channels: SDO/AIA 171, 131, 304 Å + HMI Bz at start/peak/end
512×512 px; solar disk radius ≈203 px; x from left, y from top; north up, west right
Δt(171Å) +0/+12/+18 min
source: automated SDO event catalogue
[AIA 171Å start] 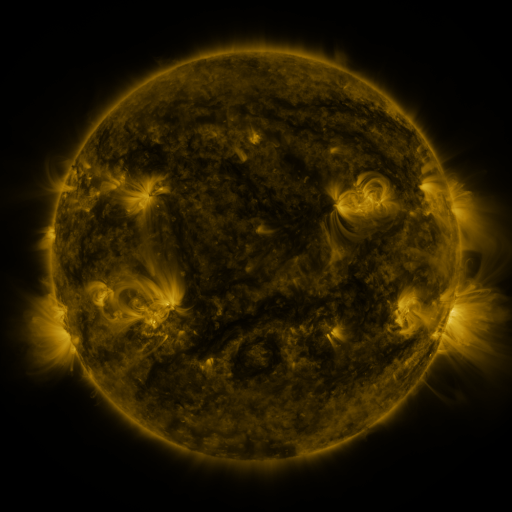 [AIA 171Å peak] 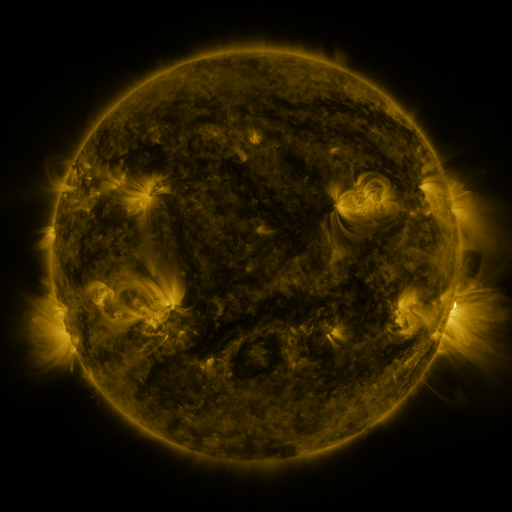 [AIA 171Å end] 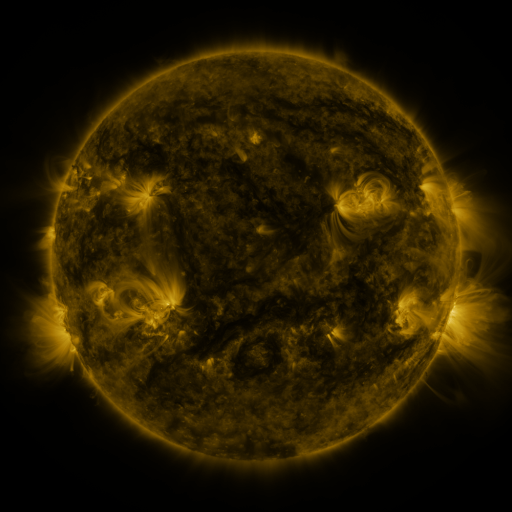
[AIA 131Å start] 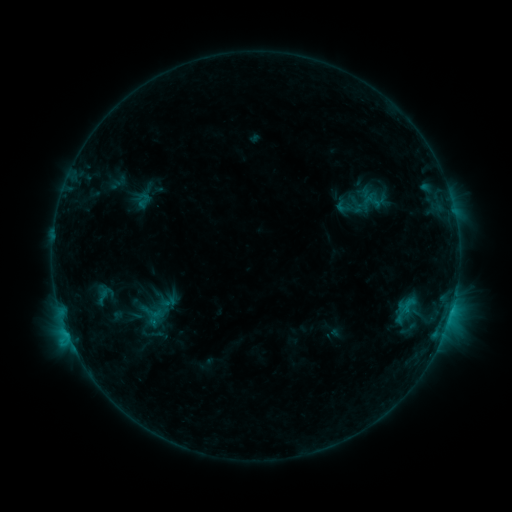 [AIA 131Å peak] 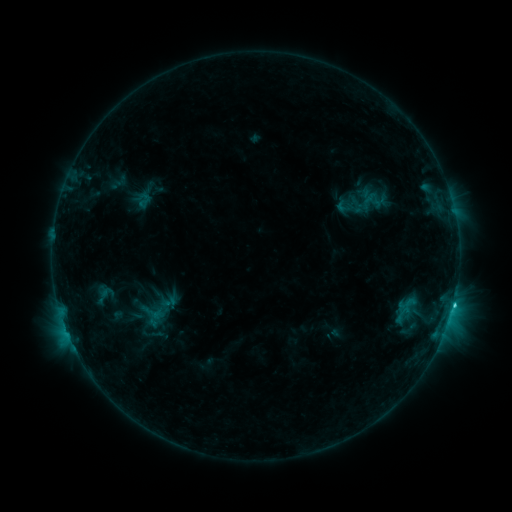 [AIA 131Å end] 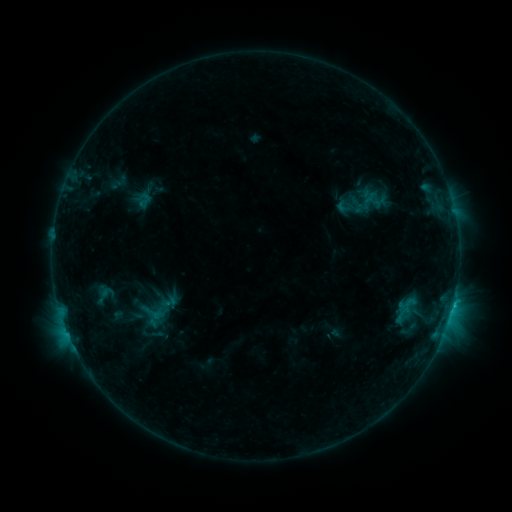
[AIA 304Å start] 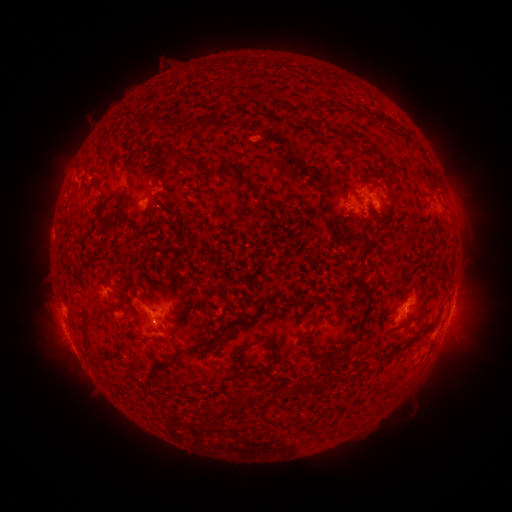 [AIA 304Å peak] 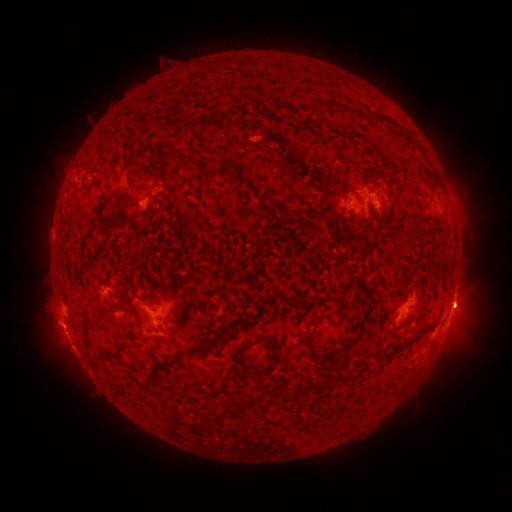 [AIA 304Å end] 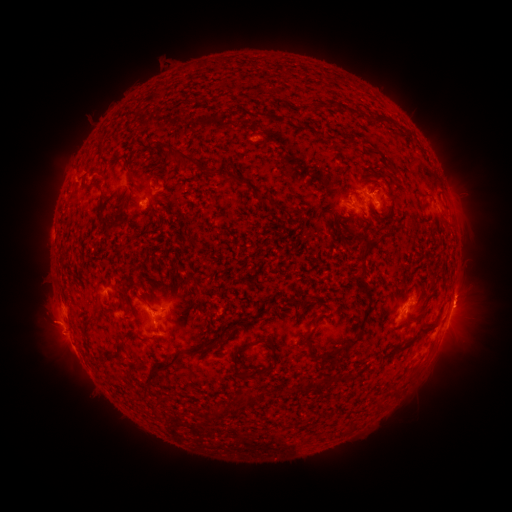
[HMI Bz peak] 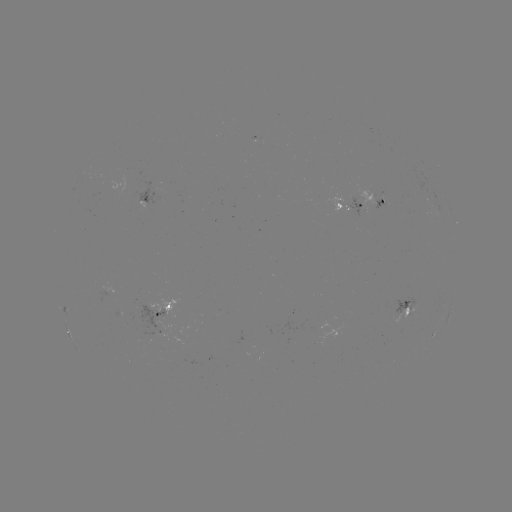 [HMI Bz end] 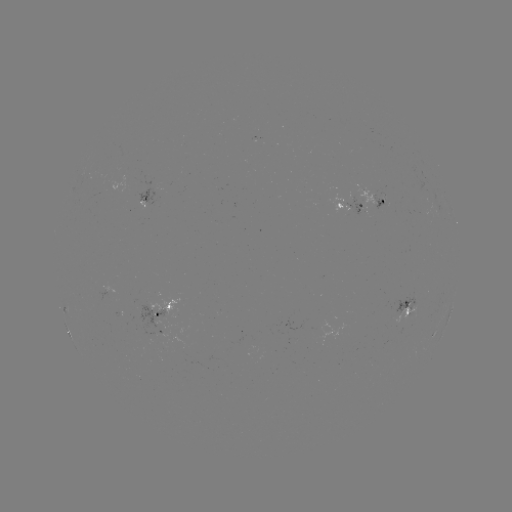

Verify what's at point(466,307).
eruption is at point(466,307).